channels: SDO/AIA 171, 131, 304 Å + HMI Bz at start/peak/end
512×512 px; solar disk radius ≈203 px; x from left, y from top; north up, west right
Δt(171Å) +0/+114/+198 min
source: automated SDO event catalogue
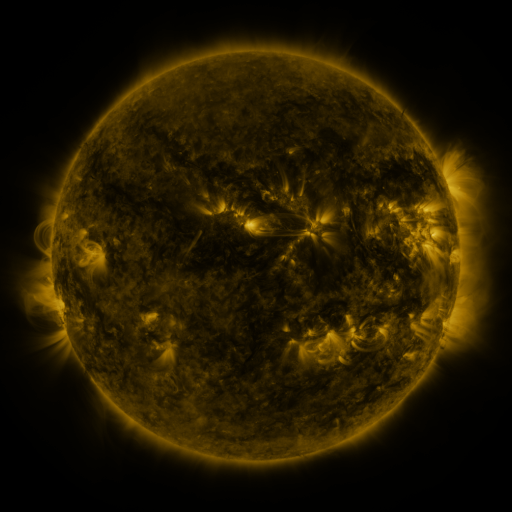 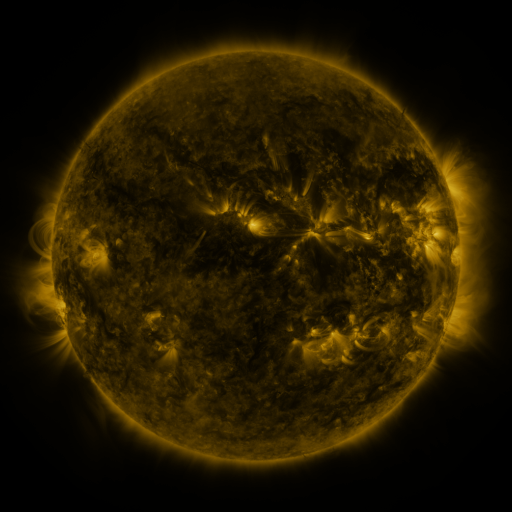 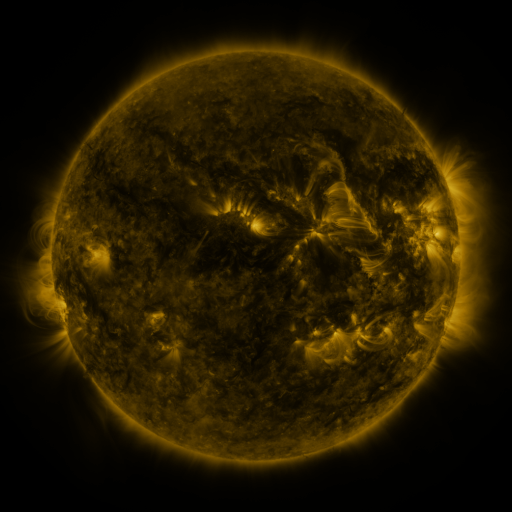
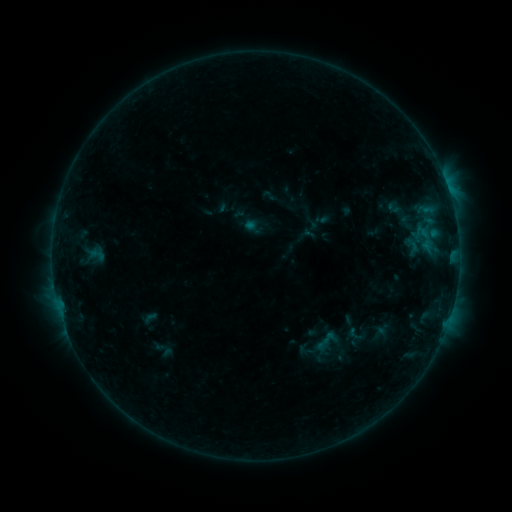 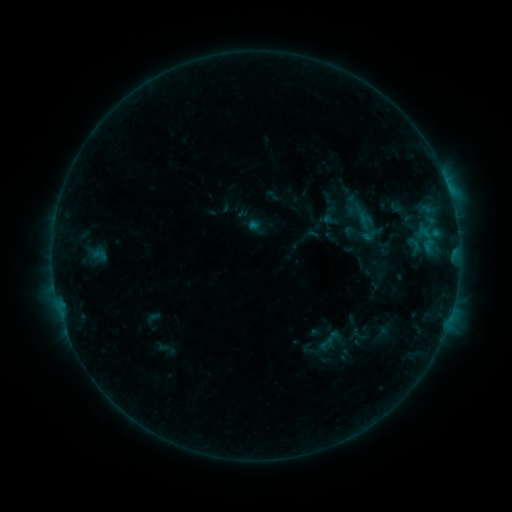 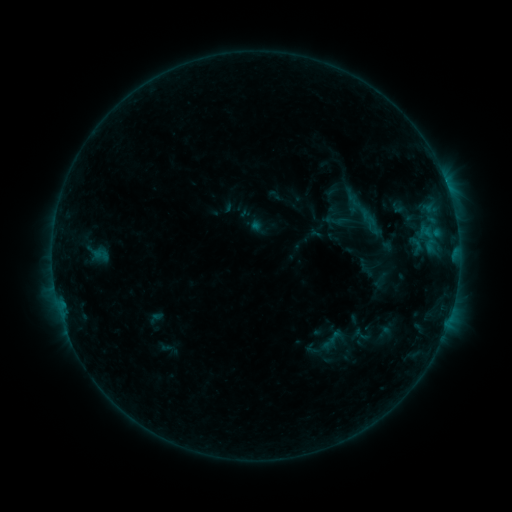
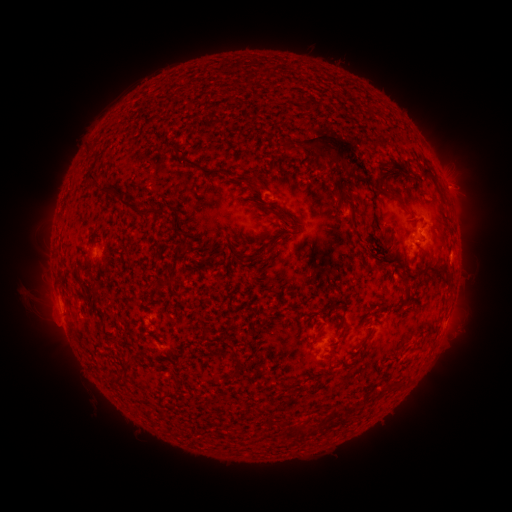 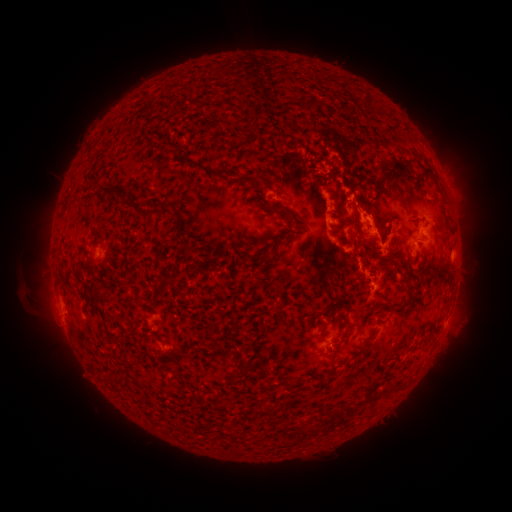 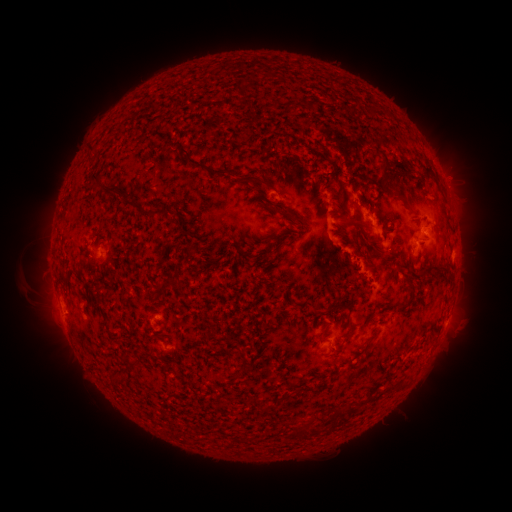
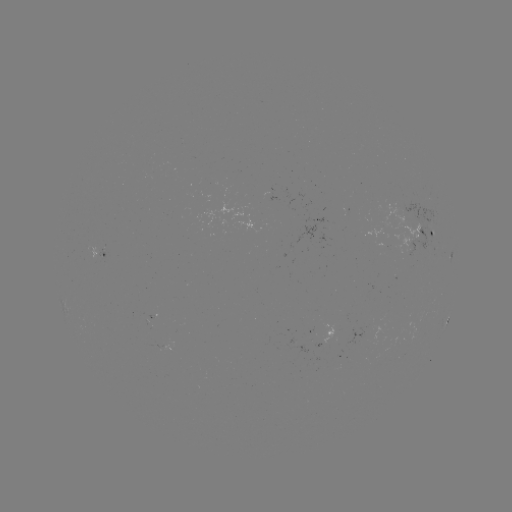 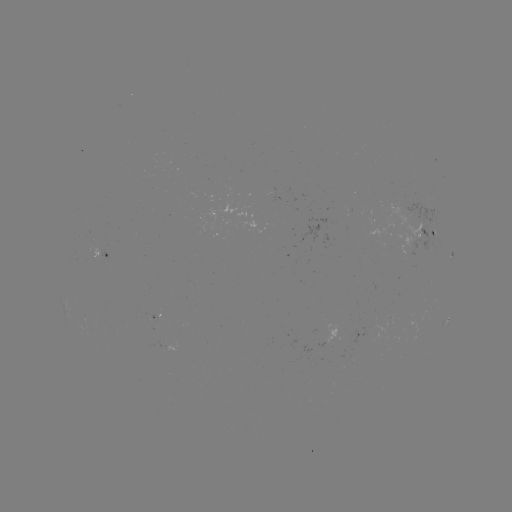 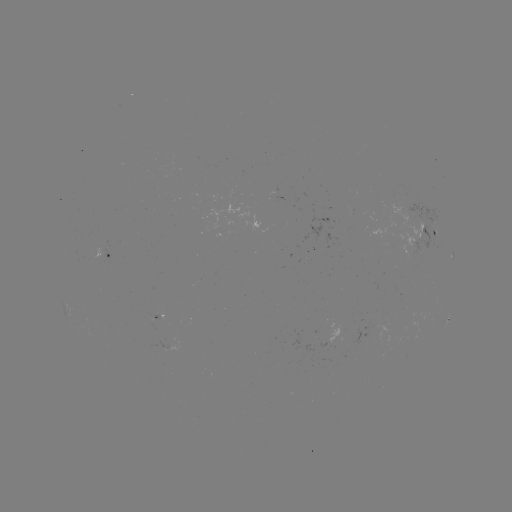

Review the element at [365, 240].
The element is C1.2 flare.